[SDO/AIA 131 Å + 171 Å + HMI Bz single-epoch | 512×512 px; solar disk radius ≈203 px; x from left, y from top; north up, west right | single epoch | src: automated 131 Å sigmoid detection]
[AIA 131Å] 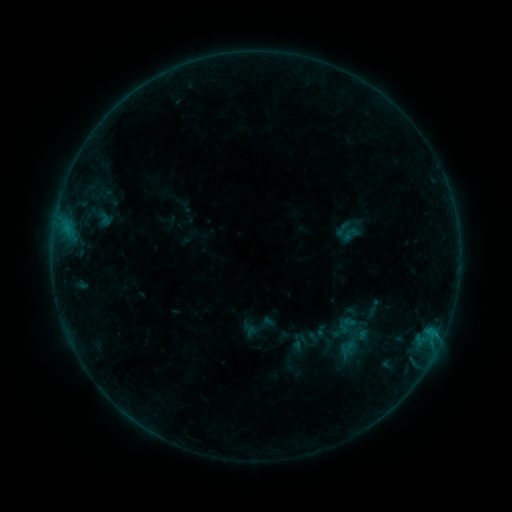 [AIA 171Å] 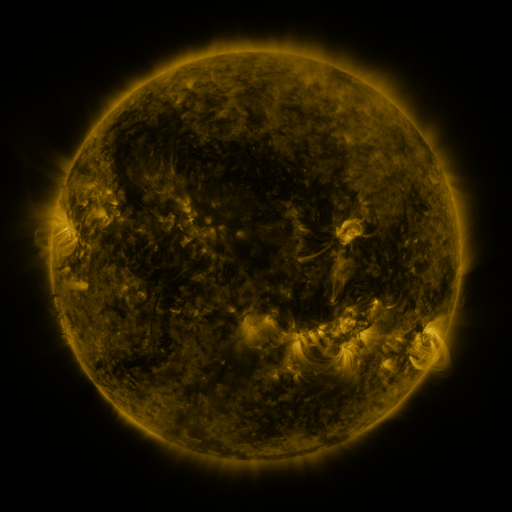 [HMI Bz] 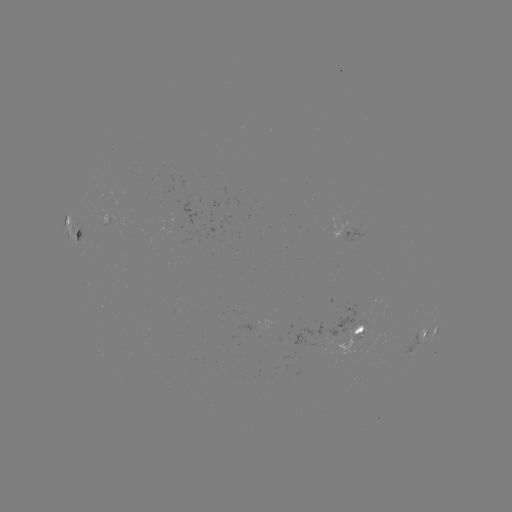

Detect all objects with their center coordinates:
sigmoid: (343, 228)
